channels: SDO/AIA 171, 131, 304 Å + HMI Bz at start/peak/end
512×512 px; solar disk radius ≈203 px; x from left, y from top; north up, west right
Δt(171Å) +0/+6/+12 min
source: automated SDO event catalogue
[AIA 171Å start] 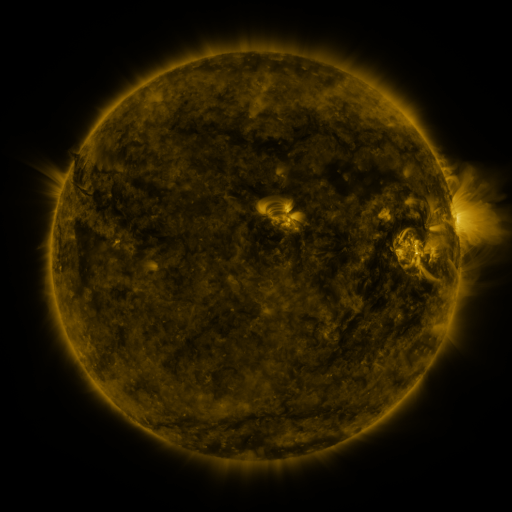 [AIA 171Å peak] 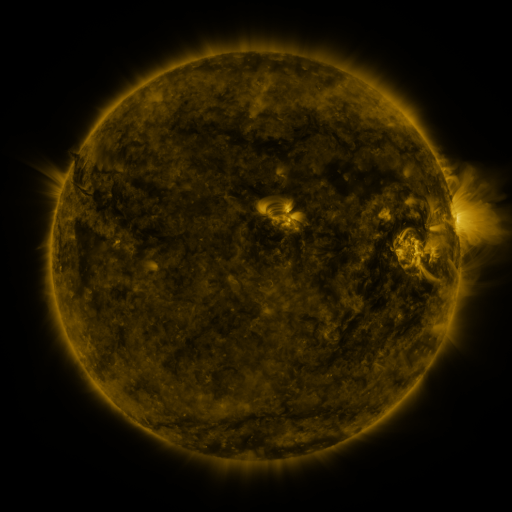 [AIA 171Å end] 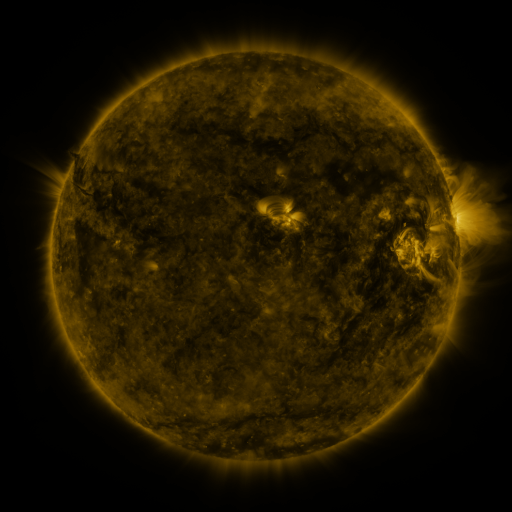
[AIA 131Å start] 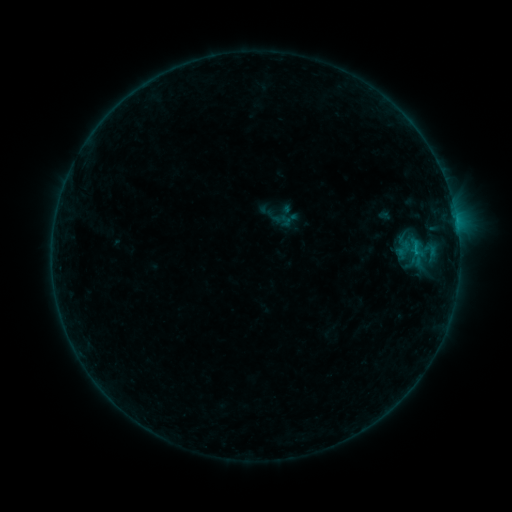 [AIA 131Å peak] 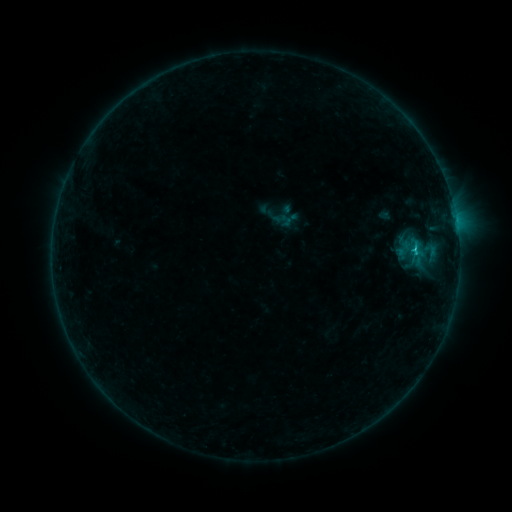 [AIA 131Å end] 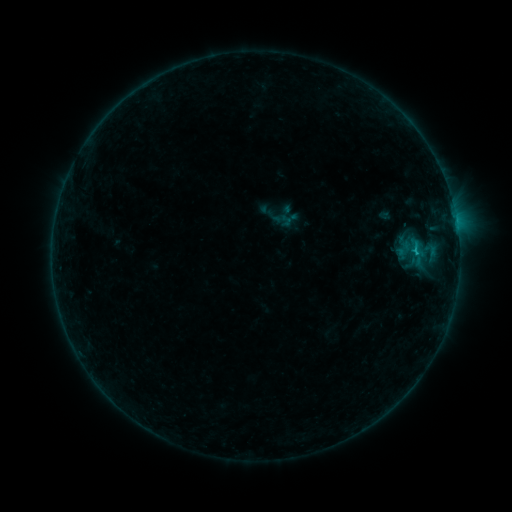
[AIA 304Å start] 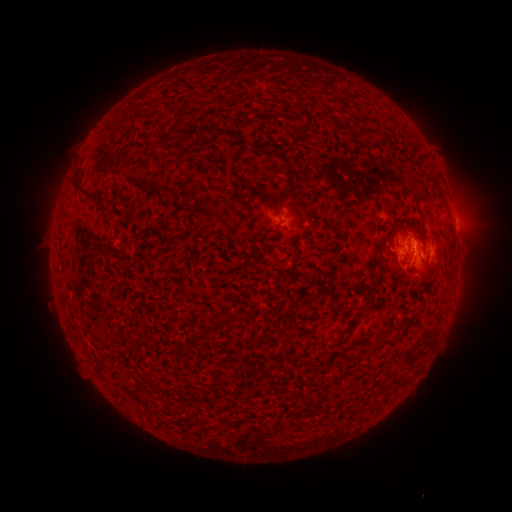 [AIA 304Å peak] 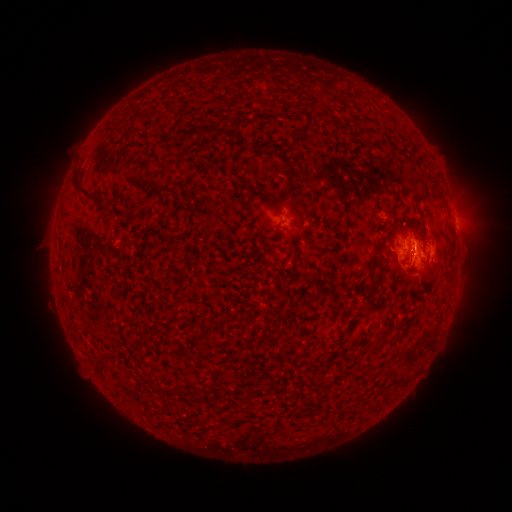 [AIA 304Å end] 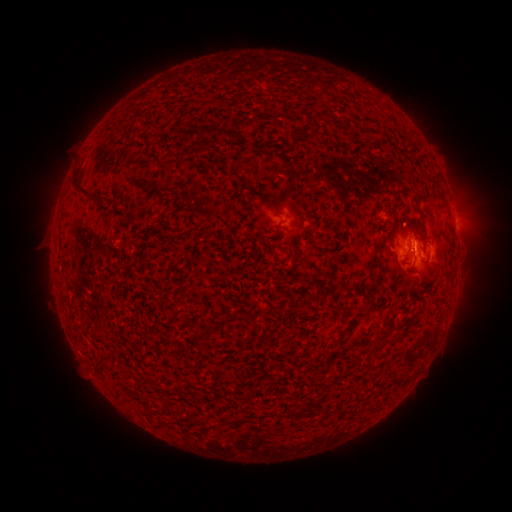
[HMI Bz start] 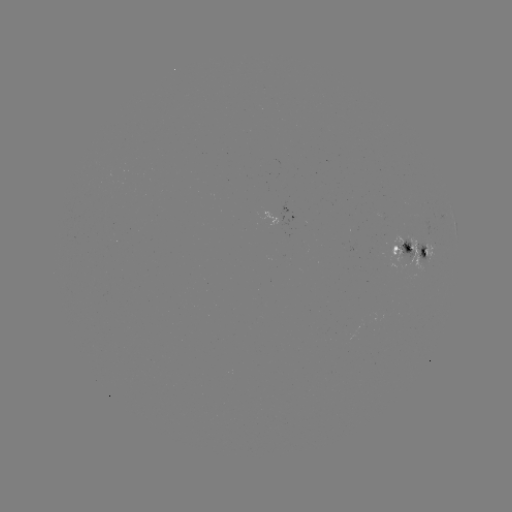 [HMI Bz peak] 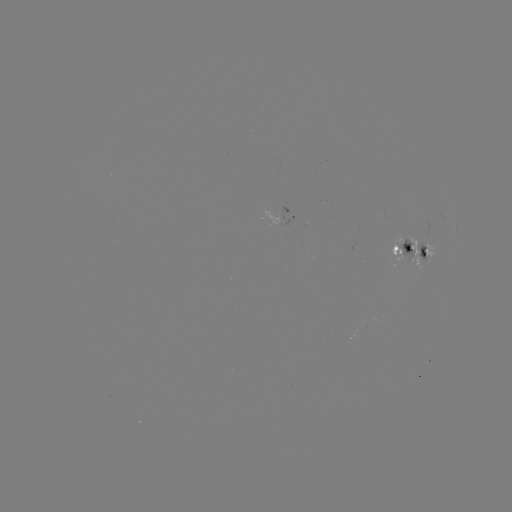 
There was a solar flare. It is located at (413, 249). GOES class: B7.2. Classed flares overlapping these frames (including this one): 1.